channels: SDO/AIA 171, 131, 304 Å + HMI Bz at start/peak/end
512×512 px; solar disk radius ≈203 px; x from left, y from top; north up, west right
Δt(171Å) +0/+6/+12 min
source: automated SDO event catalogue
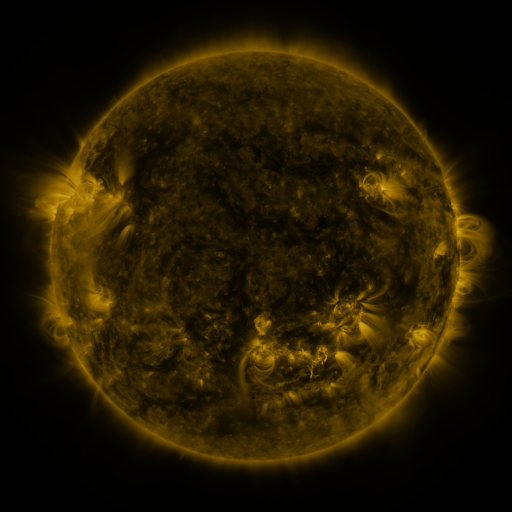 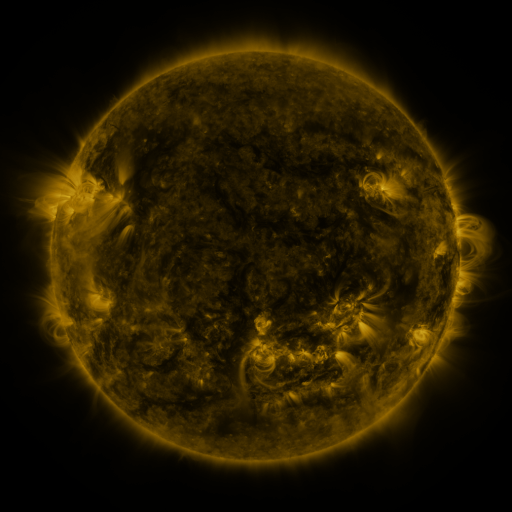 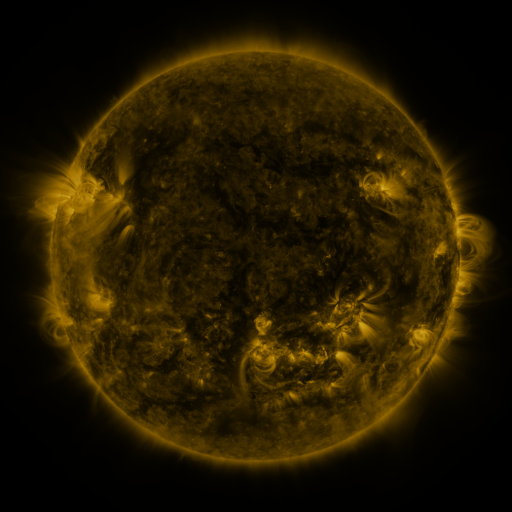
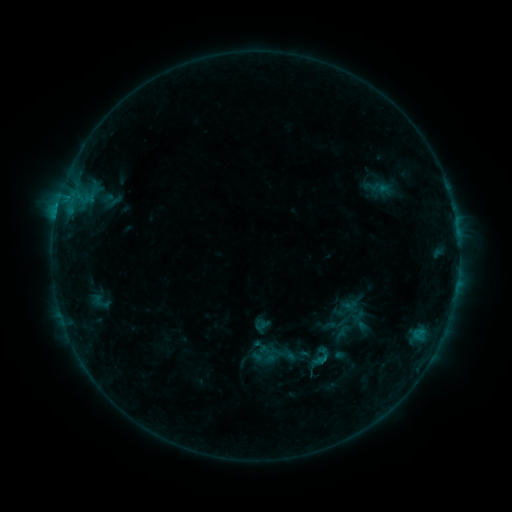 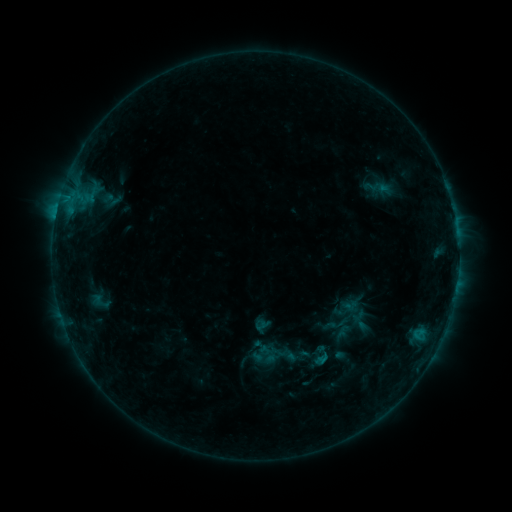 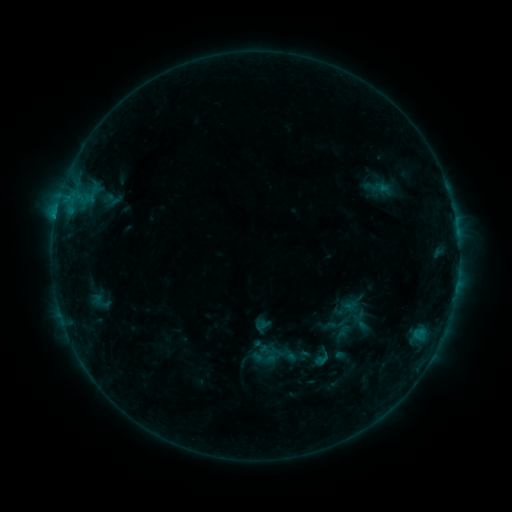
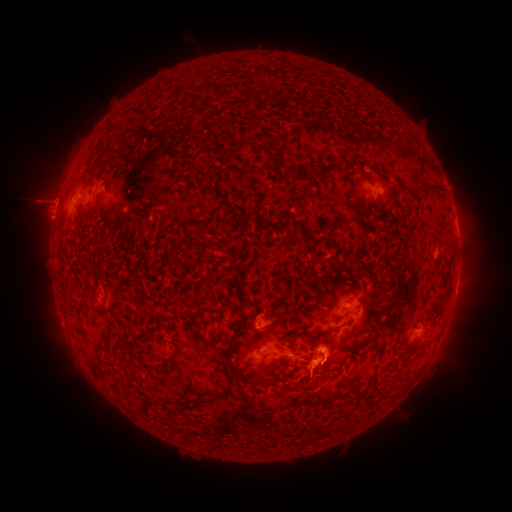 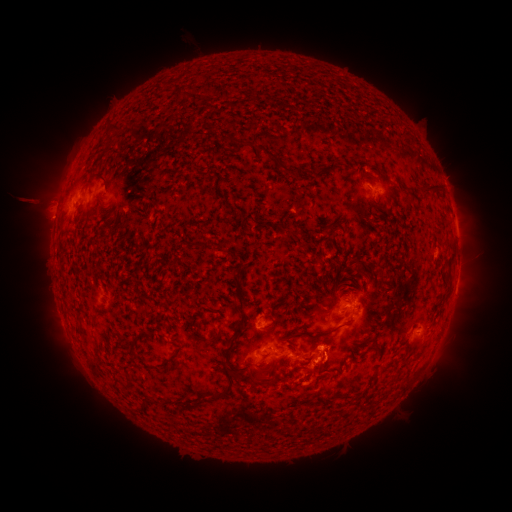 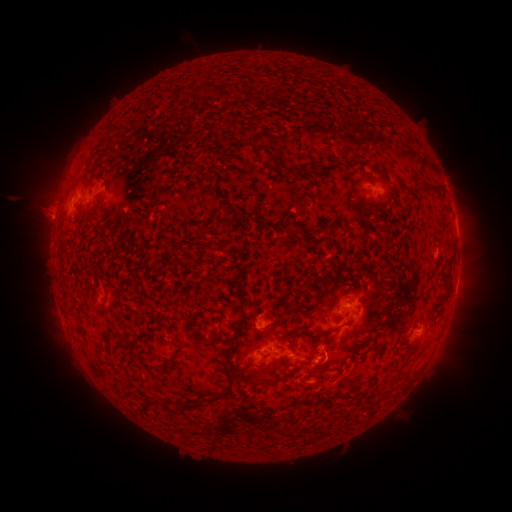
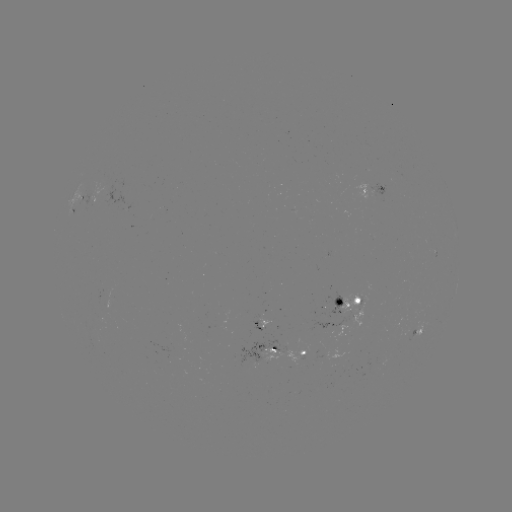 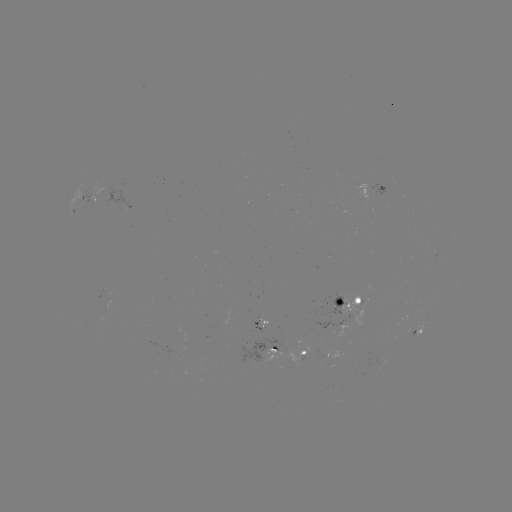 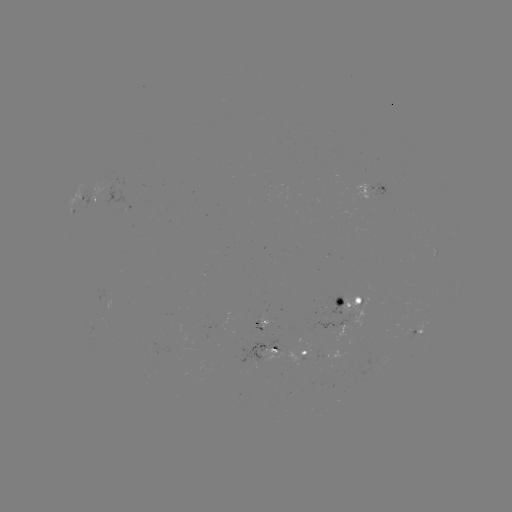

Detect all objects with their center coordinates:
eruption: (33, 204)
